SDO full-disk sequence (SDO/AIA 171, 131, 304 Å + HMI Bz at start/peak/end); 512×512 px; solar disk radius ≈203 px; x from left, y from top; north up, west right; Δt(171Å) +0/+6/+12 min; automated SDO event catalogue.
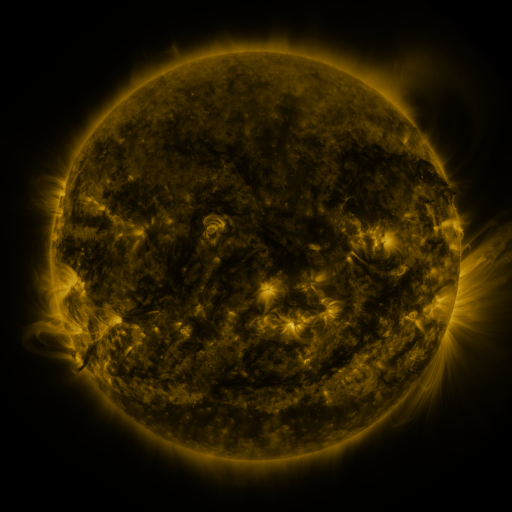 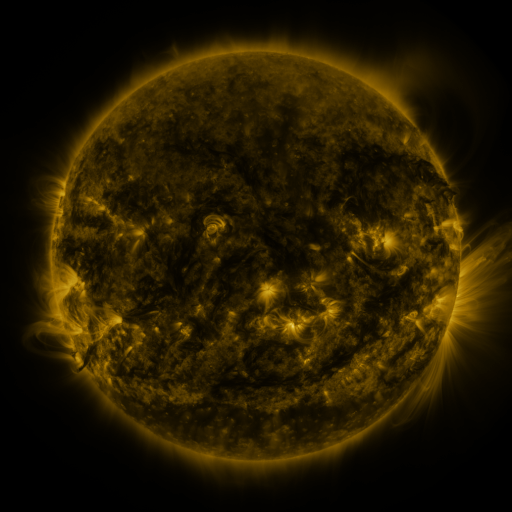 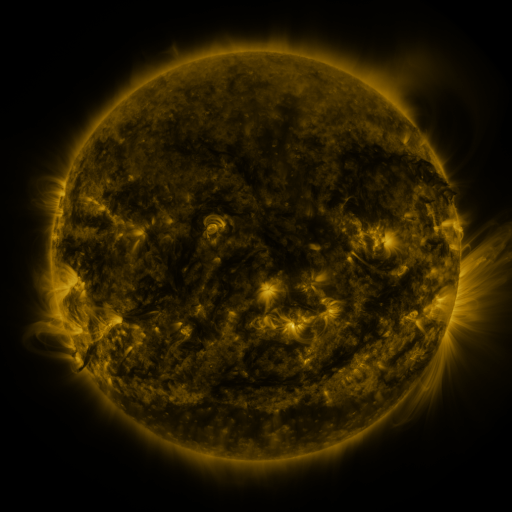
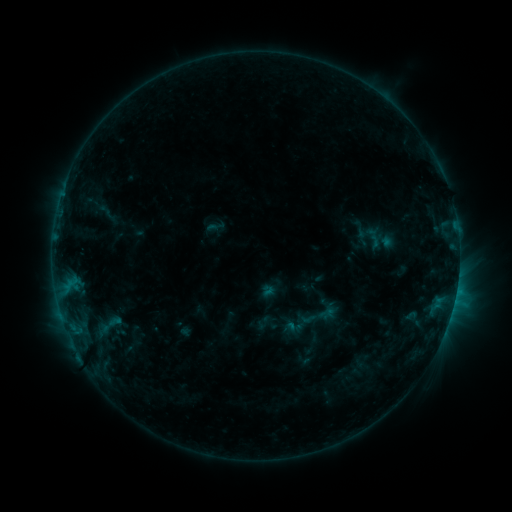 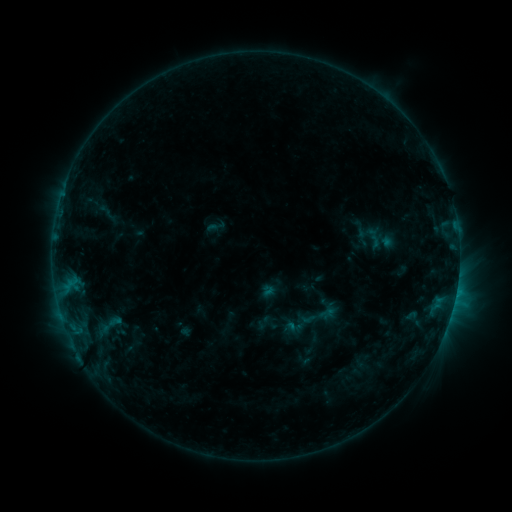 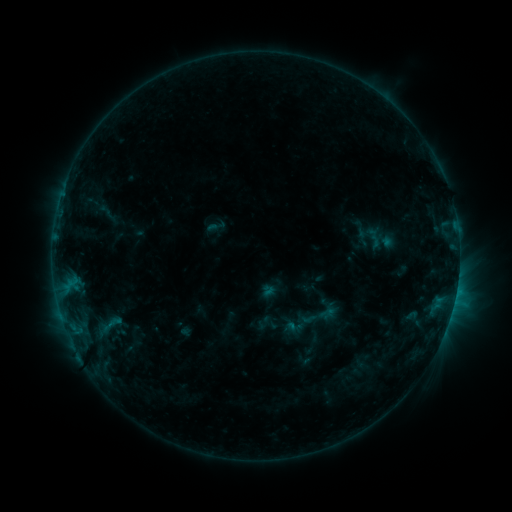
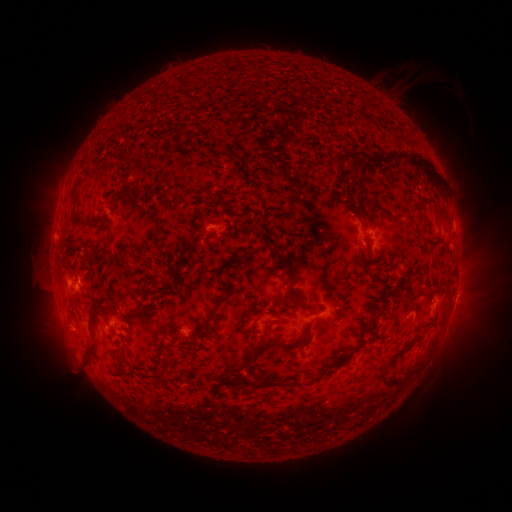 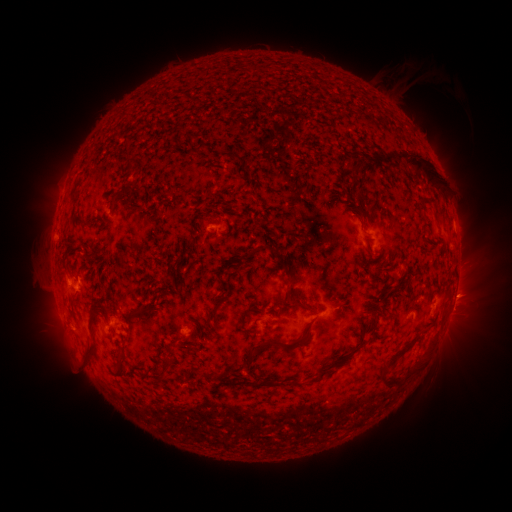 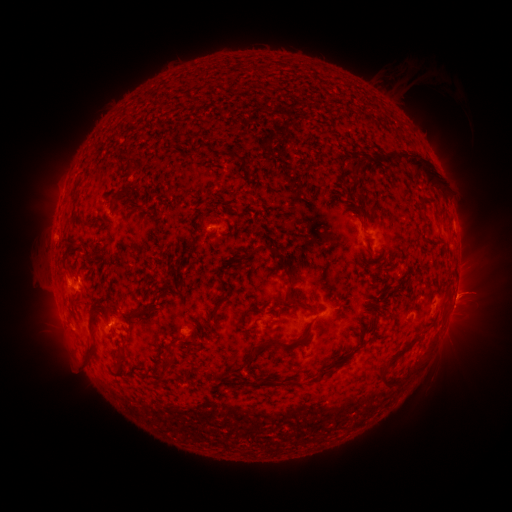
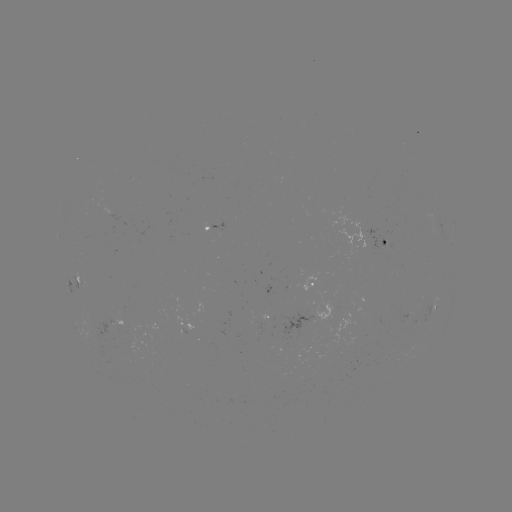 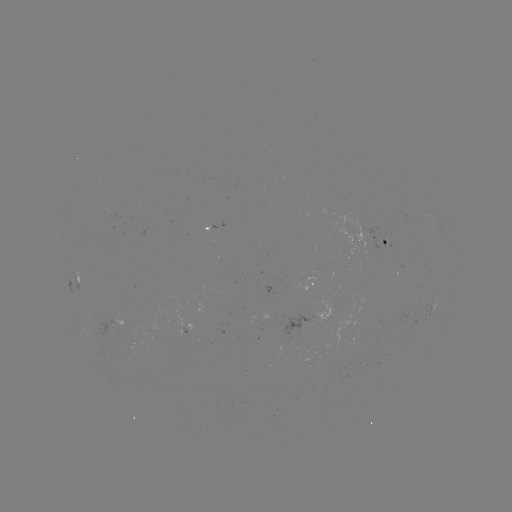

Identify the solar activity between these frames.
eruption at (467, 296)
